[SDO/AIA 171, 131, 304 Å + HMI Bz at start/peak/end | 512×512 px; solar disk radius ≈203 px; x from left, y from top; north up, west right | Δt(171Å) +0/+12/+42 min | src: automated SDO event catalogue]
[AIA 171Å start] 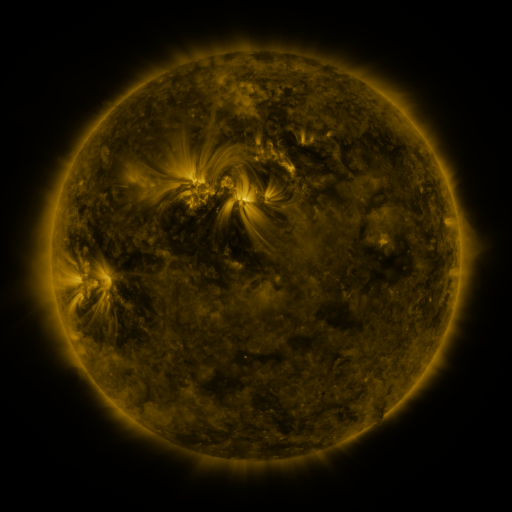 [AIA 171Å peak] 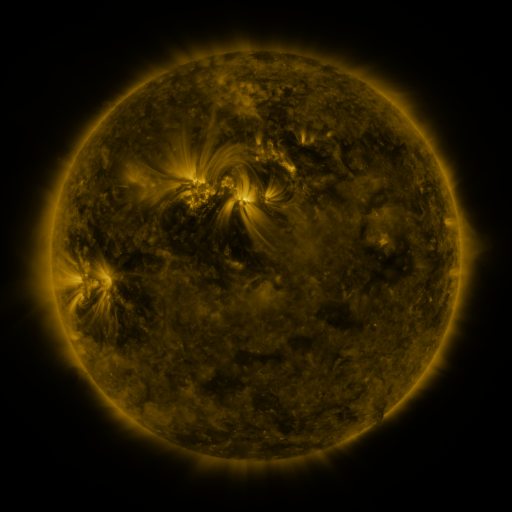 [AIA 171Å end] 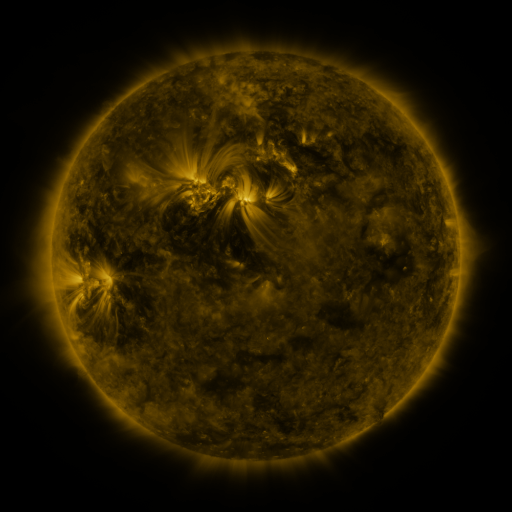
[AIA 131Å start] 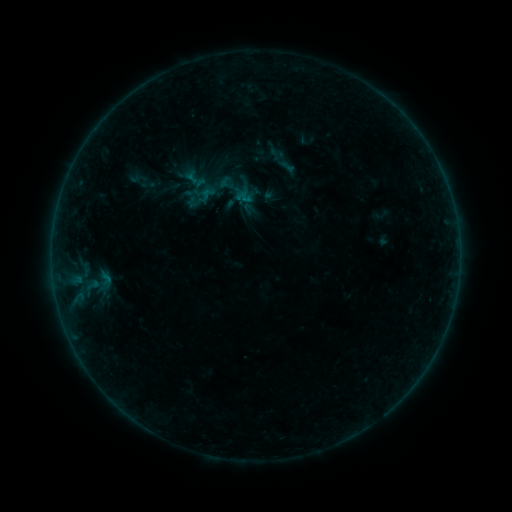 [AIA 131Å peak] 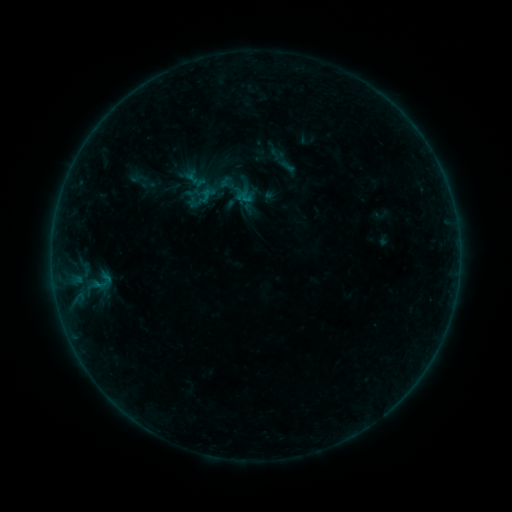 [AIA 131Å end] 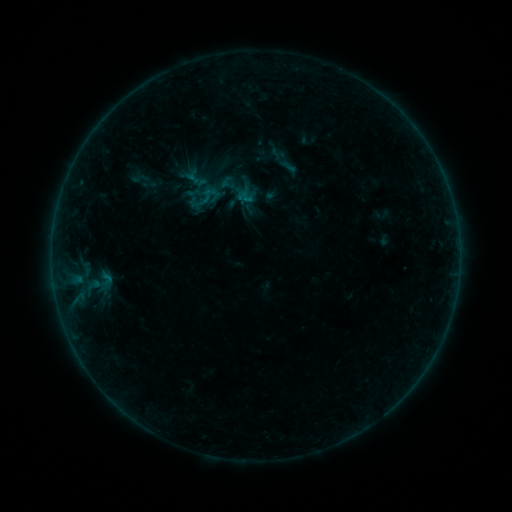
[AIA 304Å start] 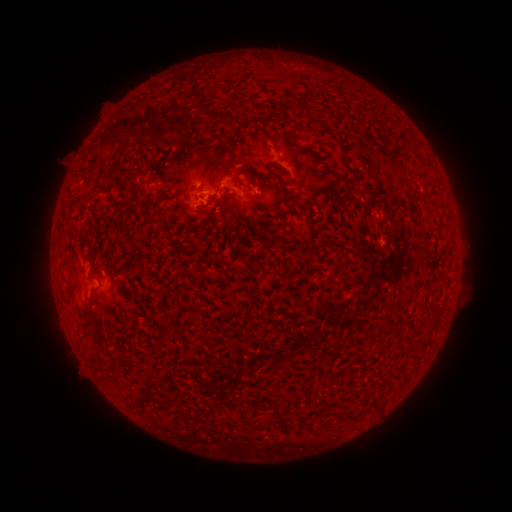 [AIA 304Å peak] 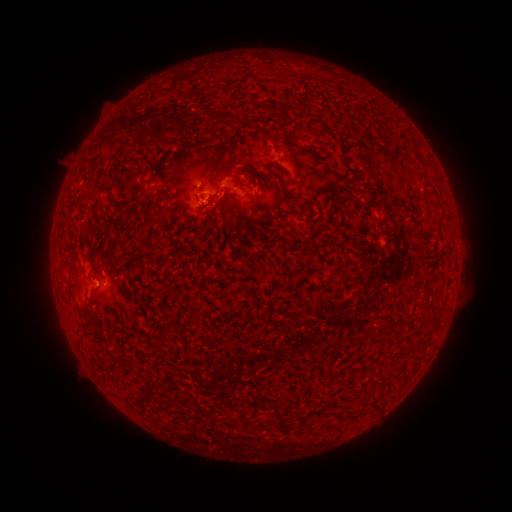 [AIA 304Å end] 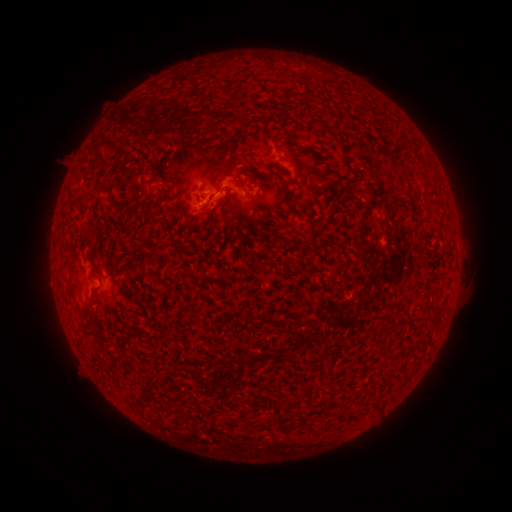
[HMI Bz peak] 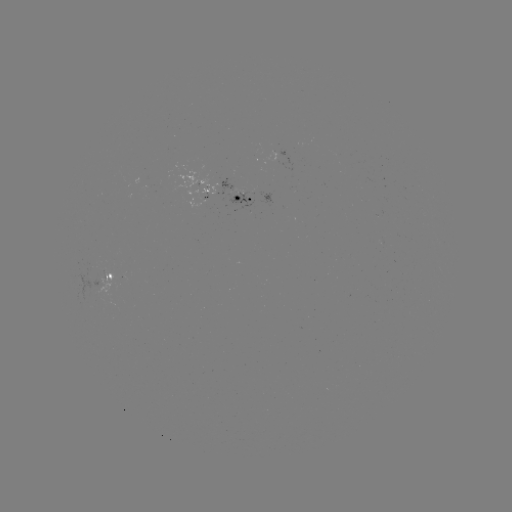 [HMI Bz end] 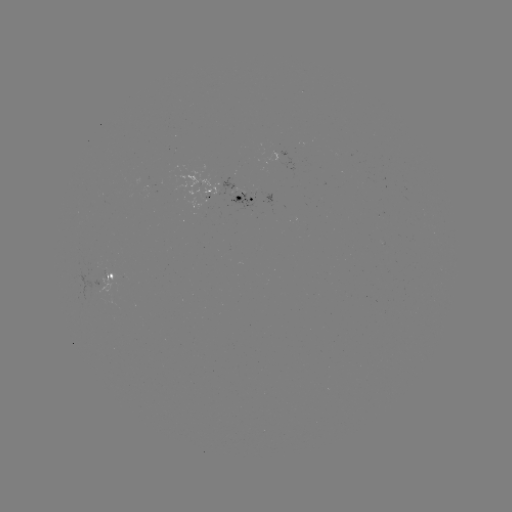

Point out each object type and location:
B2.4 flare: (100, 284)
